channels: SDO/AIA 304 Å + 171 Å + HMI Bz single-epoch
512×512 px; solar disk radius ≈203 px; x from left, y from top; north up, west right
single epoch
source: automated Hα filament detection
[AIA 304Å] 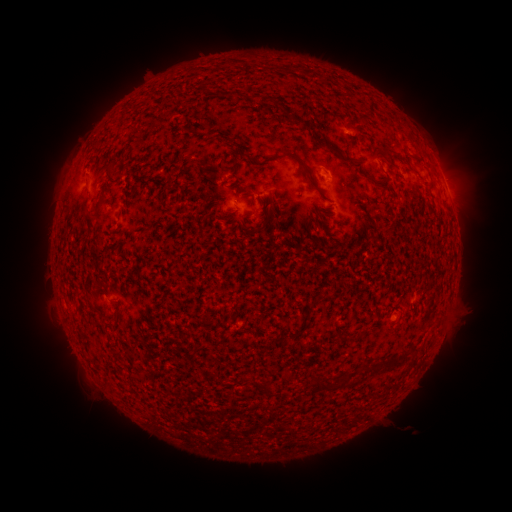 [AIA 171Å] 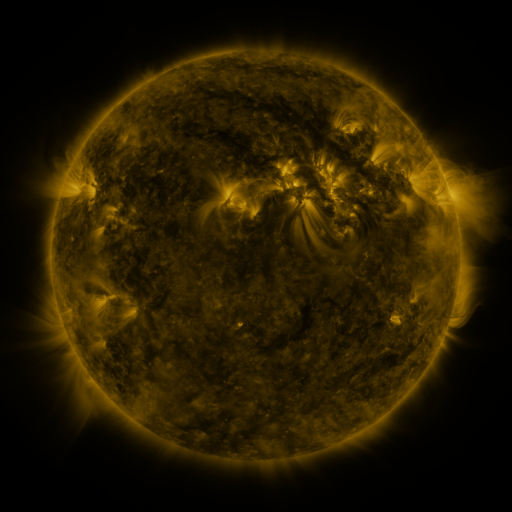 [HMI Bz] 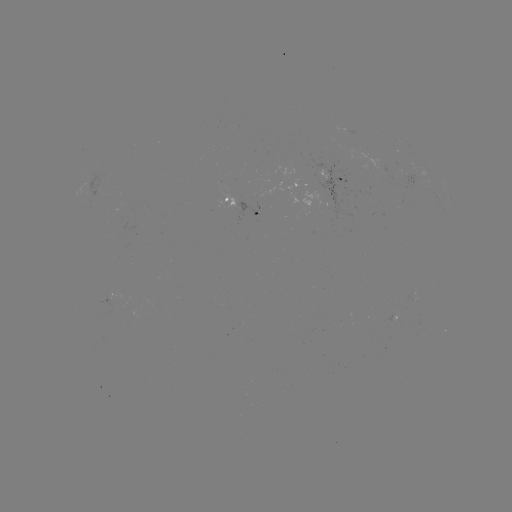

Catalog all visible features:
filament: <bbox>327, 147, 358, 166</bbox>
filament: <bbox>283, 148, 313, 176</bbox>
filament: <bbox>239, 151, 253, 162</bbox>
filament: <bbox>364, 172, 383, 193</bbox>
filament: <bbox>310, 180, 319, 191</bbox>
filament: <bbox>91, 183, 109, 217</bbox>
filament: <bbox>297, 225, 303, 235</bbox>
filament: <bbox>335, 332, 364, 344</bbox>
filament: <bbox>377, 358, 403, 371</bbox>
filament: <bbox>307, 380, 329, 393</bbox>
filament: <bbox>262, 384, 268, 395</bbox>
